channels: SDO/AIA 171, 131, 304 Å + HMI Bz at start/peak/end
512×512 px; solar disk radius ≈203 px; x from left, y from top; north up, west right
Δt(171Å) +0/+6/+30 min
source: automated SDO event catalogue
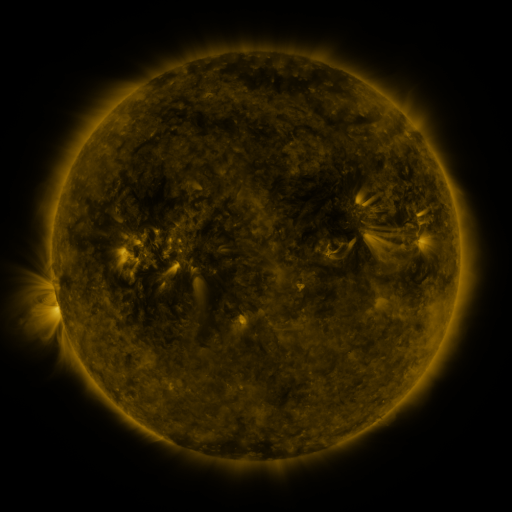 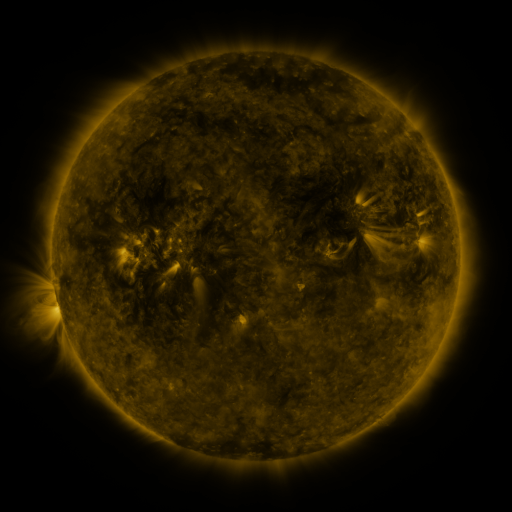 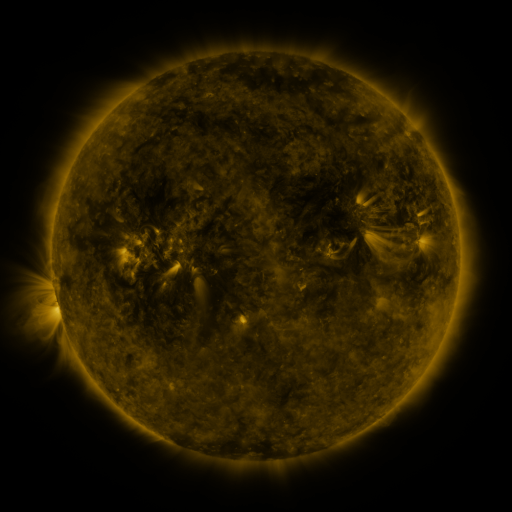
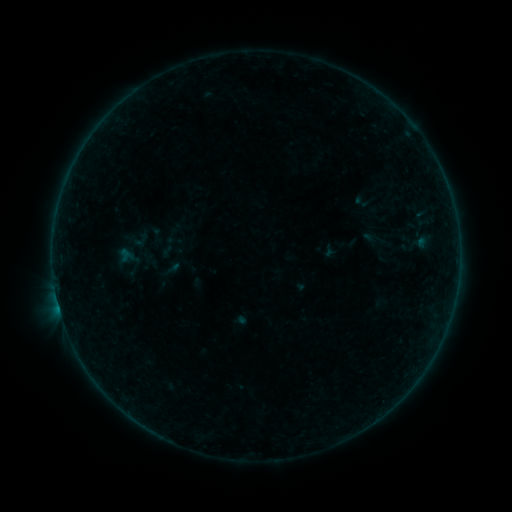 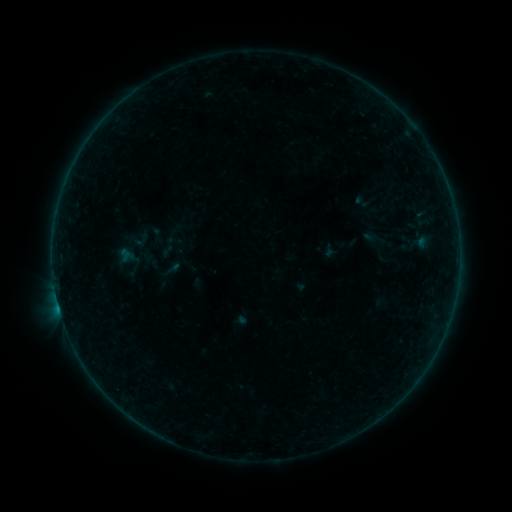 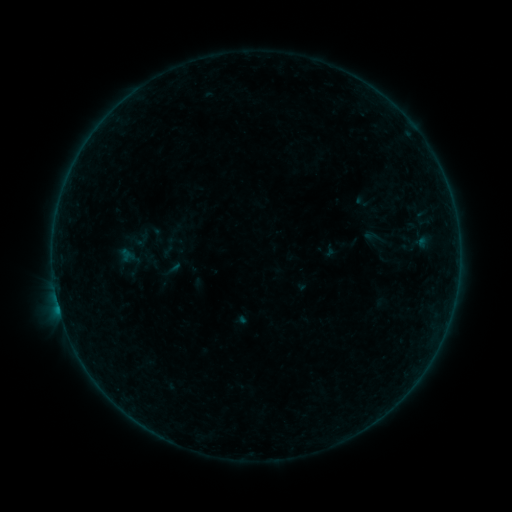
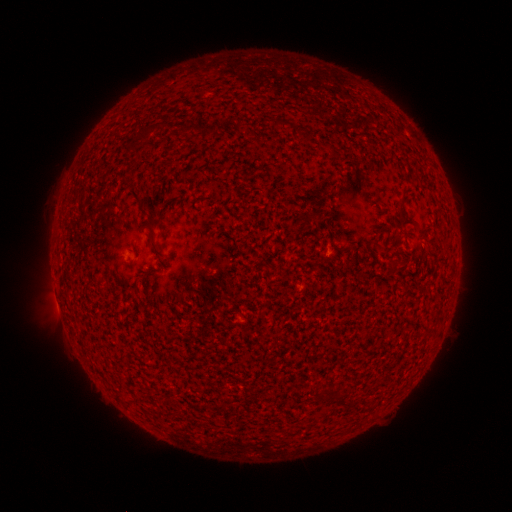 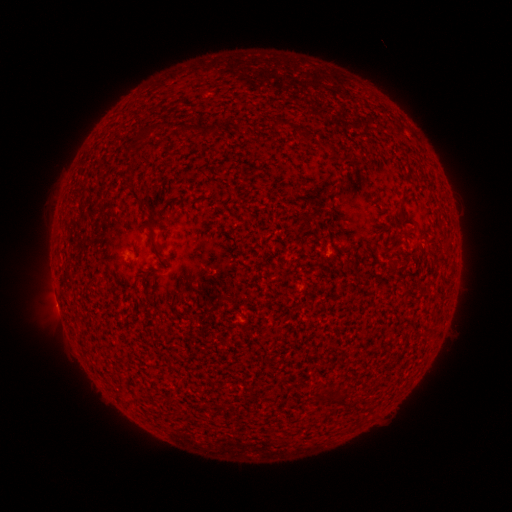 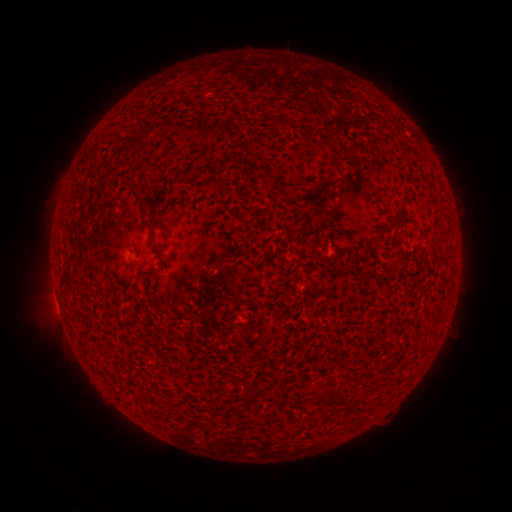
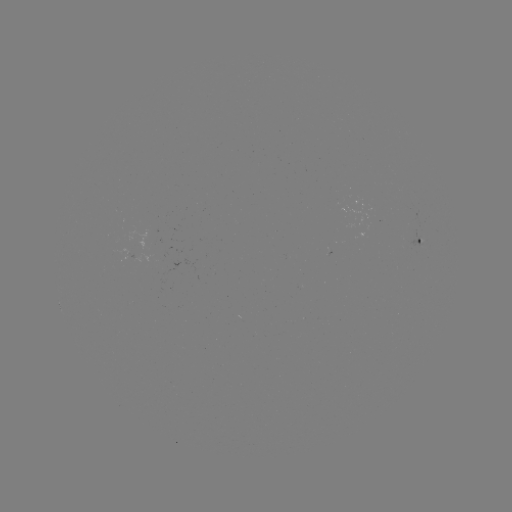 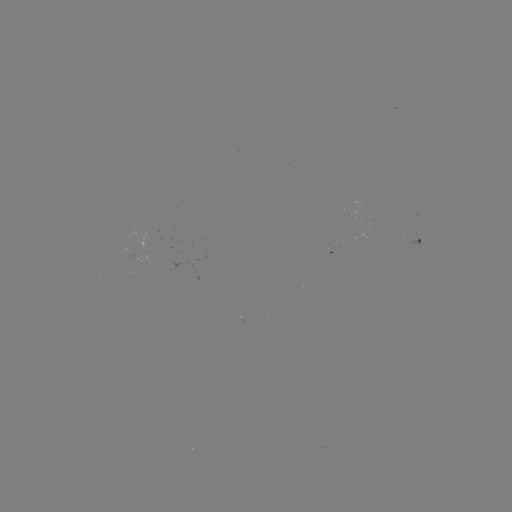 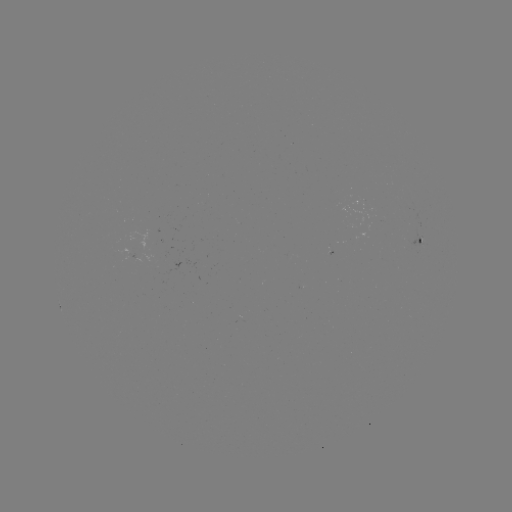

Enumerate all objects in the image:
B1.7 flare: (60, 309)
